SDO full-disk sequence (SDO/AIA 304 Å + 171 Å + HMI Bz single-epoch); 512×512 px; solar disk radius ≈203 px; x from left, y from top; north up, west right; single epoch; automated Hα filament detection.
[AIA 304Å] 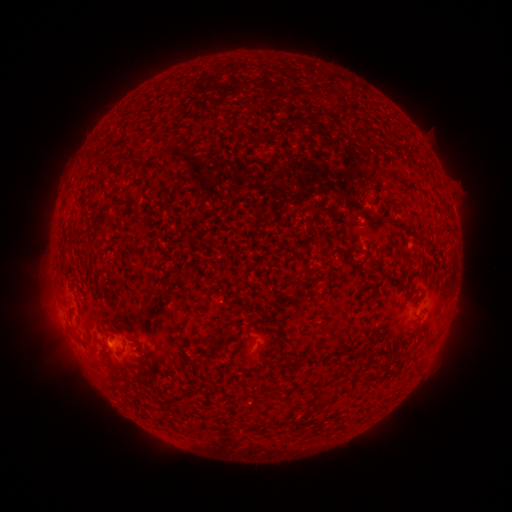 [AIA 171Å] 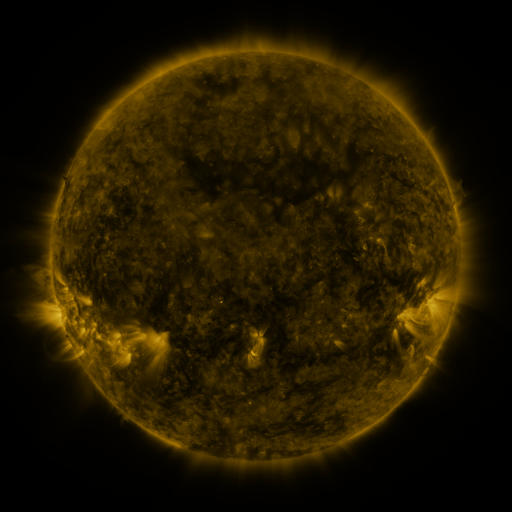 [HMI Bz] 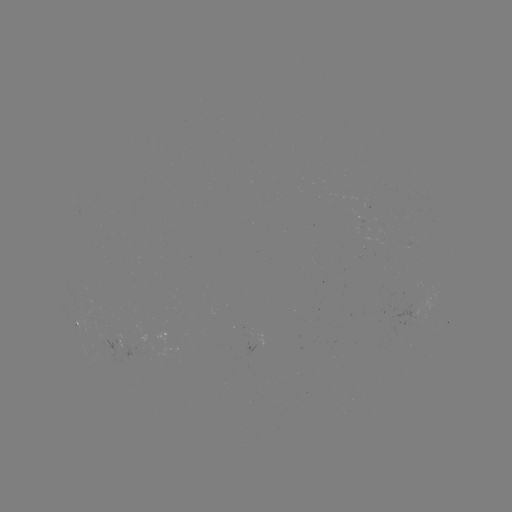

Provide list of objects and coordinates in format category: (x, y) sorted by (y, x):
filament: (386, 173)
filament: (105, 210)
filament: (376, 288)
filament: (283, 319)
filament: (222, 335)
filament: (263, 364)
filament: (111, 372)
filament: (138, 373)
